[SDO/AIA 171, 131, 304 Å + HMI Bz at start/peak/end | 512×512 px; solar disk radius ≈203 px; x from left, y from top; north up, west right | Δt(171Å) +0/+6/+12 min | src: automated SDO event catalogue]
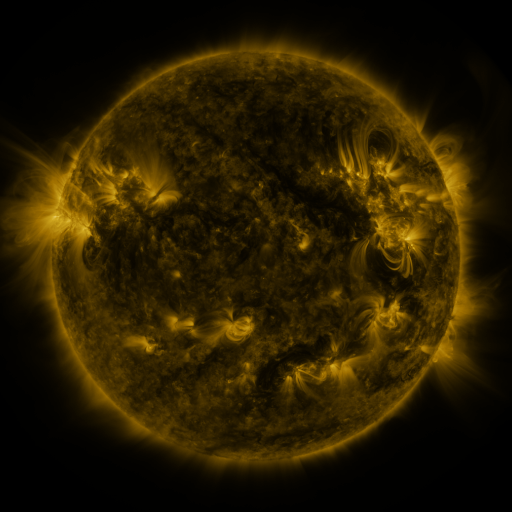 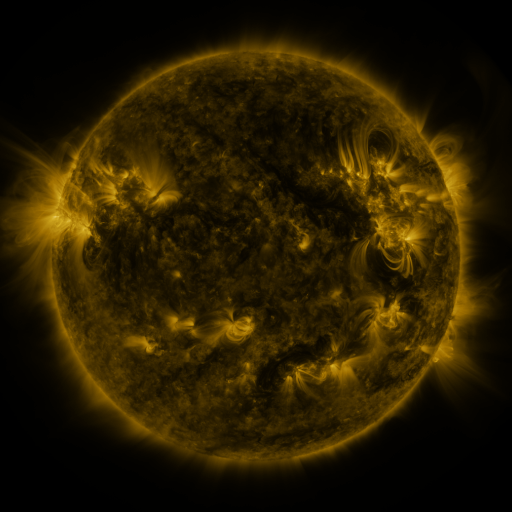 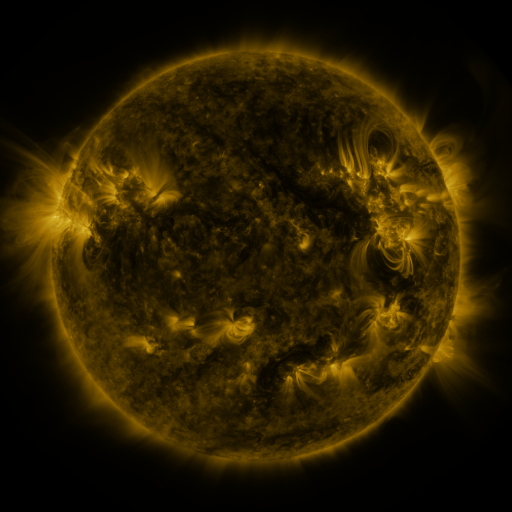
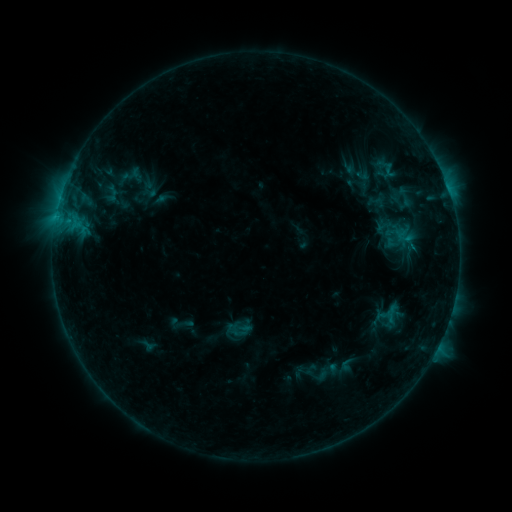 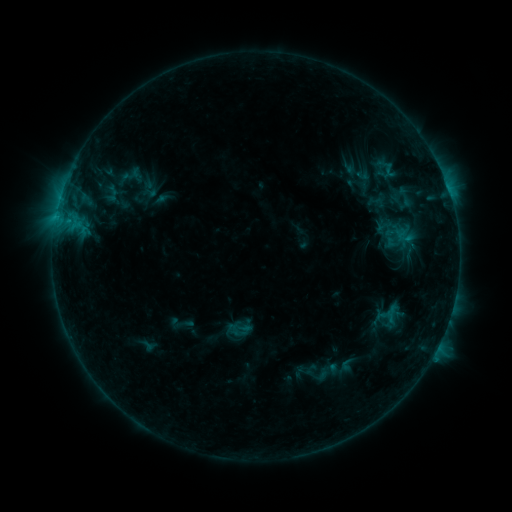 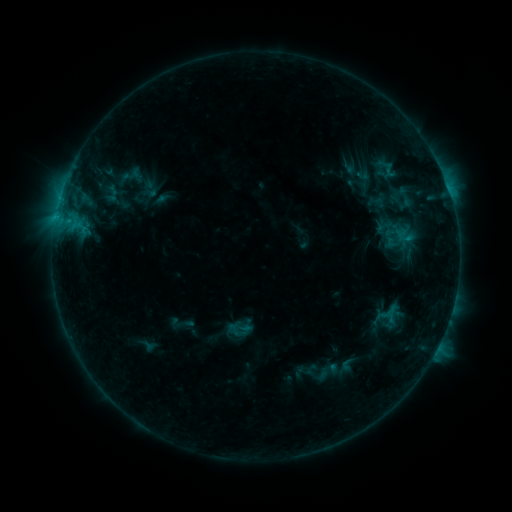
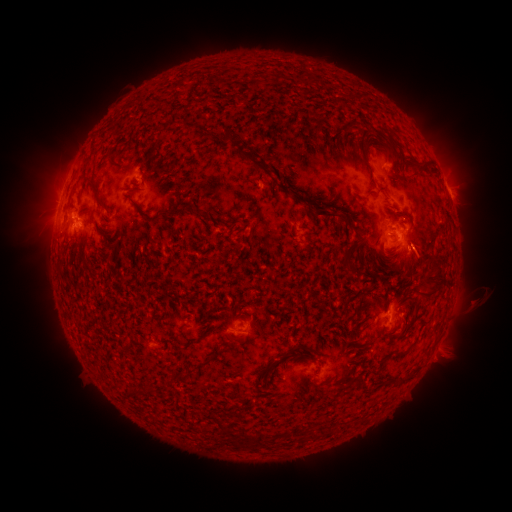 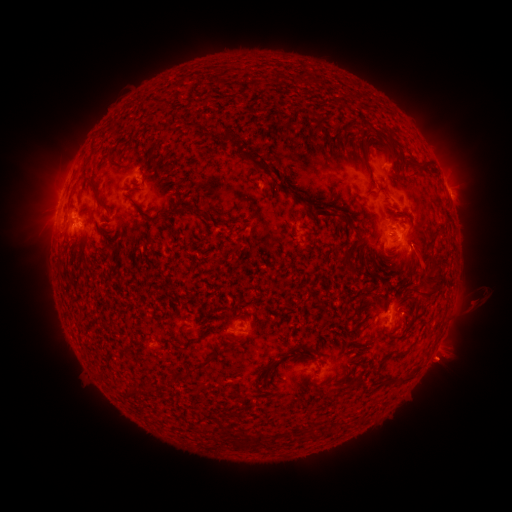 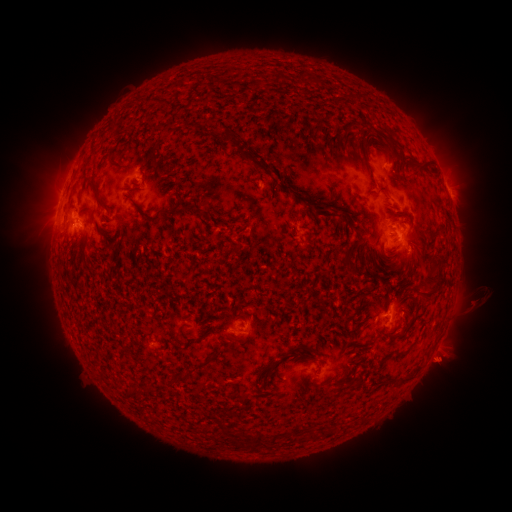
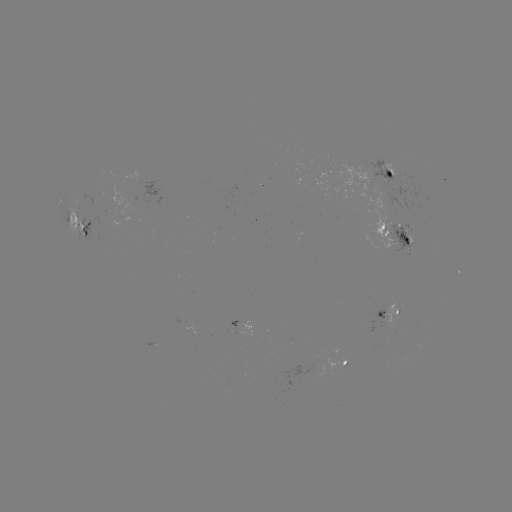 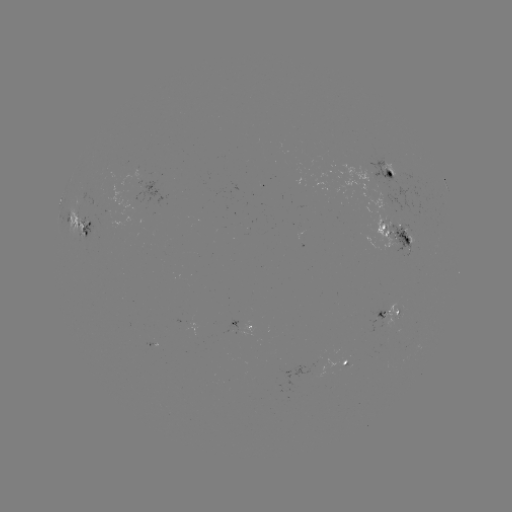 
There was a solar eruption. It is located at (441, 364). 